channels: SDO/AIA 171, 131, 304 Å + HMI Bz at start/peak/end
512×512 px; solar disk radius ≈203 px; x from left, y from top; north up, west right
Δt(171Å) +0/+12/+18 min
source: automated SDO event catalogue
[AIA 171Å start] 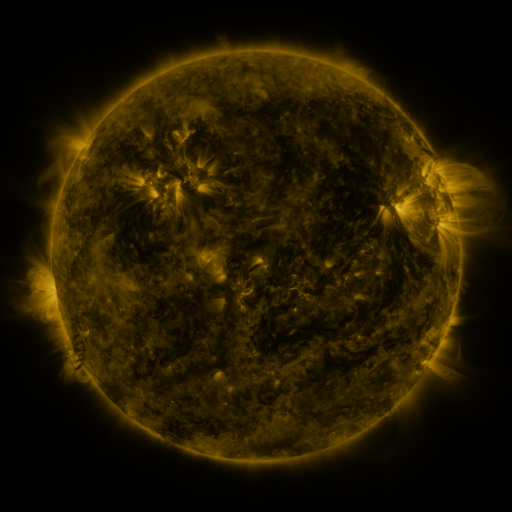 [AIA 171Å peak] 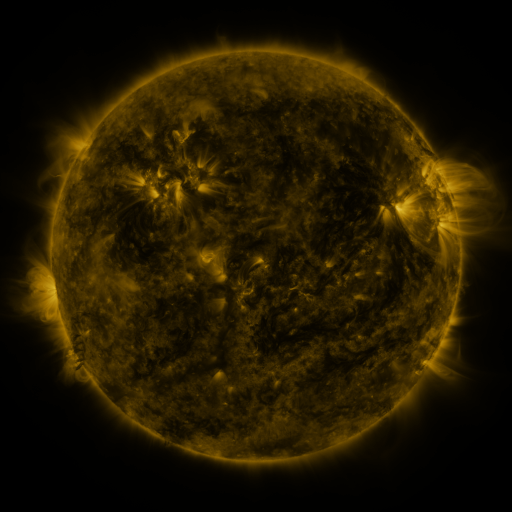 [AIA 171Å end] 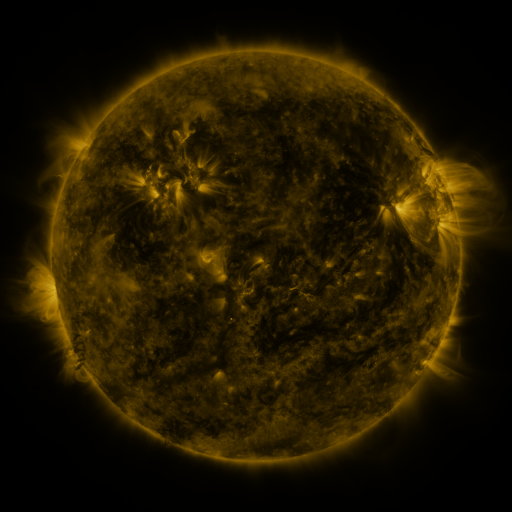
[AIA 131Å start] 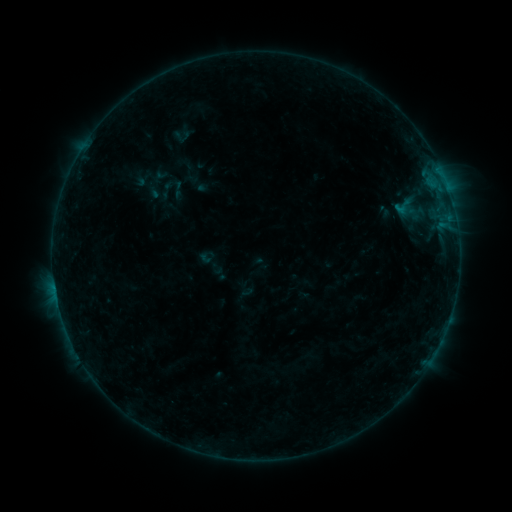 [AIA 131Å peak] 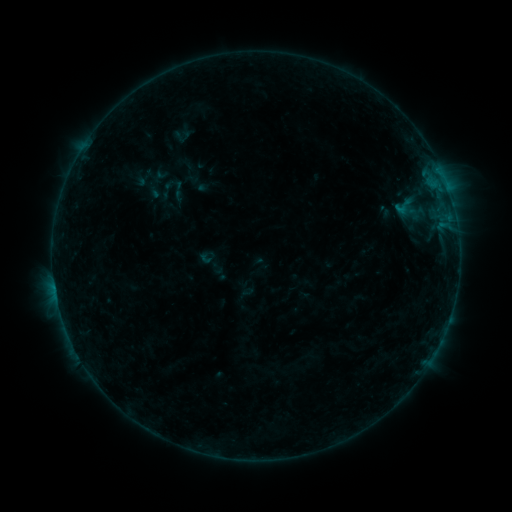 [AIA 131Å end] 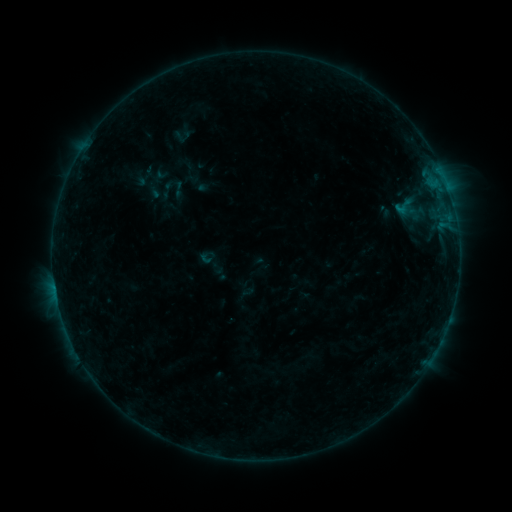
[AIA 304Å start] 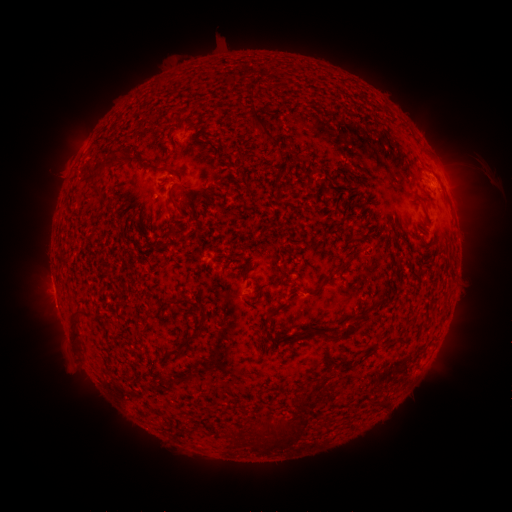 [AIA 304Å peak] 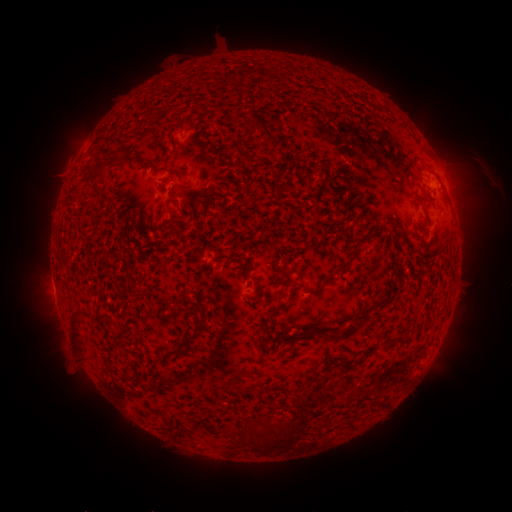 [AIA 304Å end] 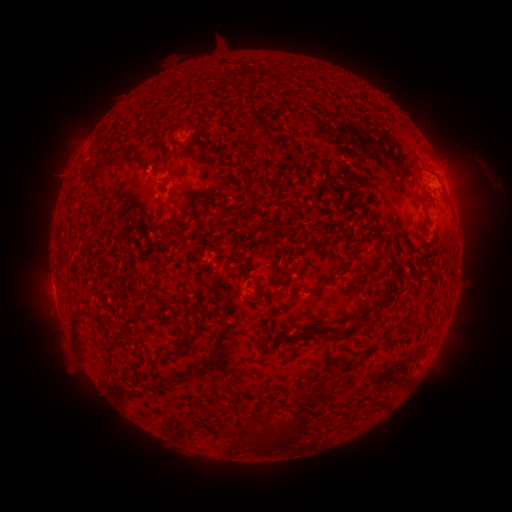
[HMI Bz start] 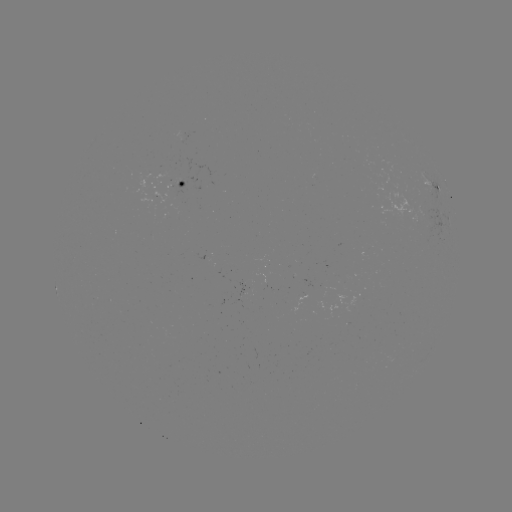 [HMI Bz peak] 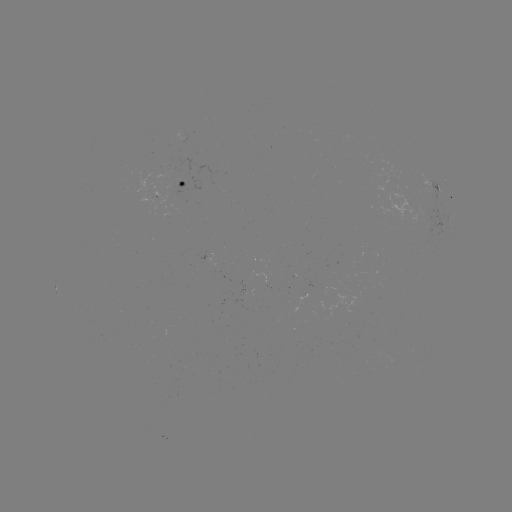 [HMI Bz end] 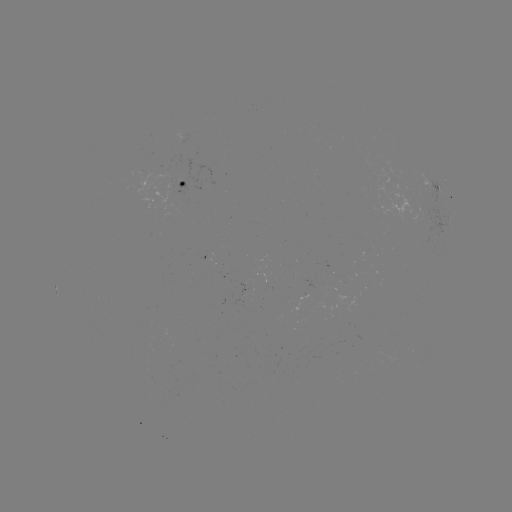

no flare in any classed list; no EUV-trigger detection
